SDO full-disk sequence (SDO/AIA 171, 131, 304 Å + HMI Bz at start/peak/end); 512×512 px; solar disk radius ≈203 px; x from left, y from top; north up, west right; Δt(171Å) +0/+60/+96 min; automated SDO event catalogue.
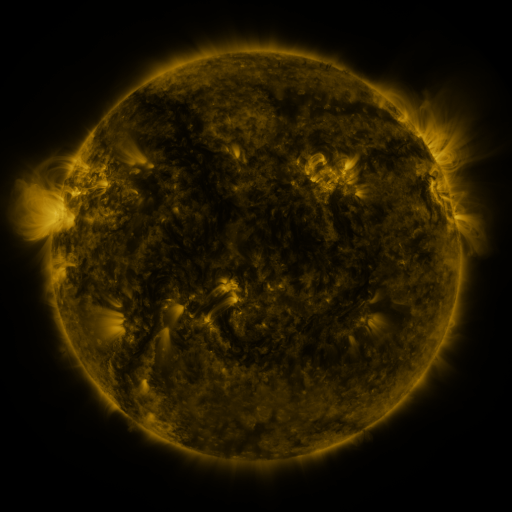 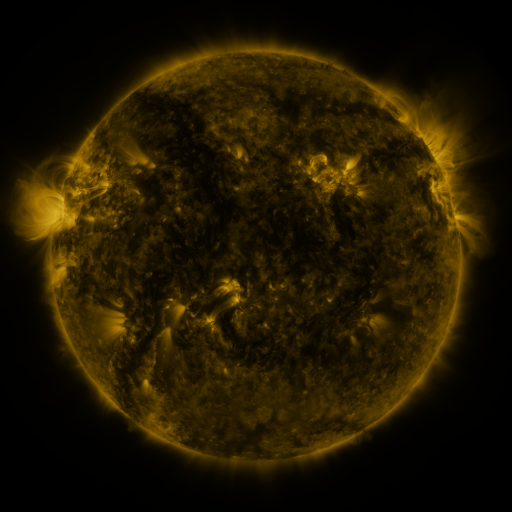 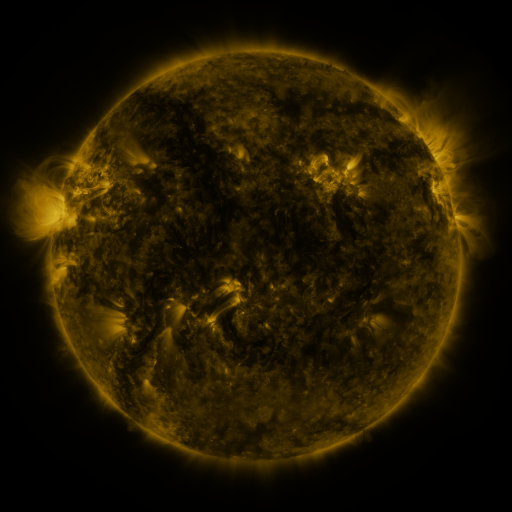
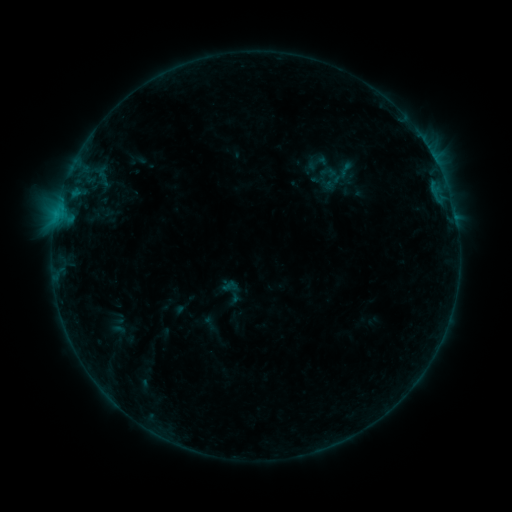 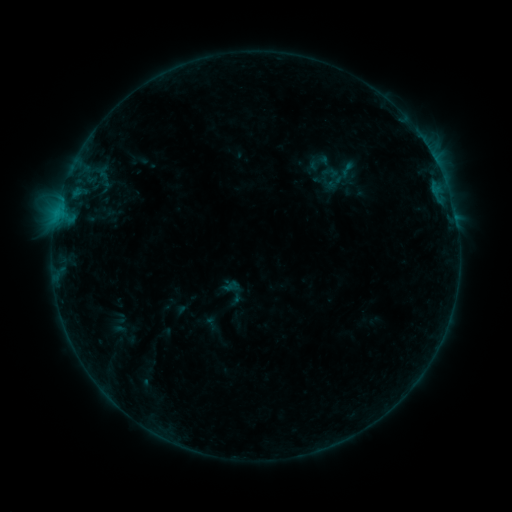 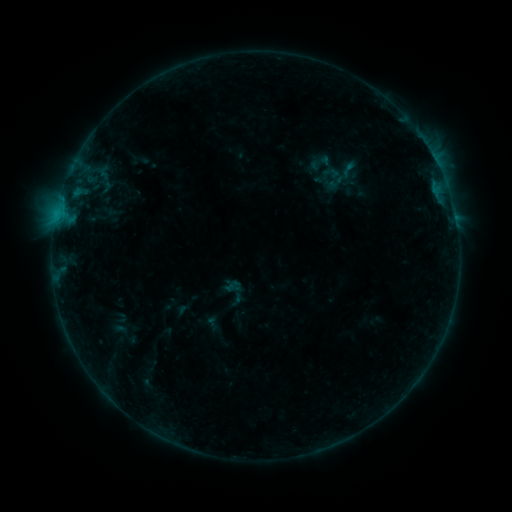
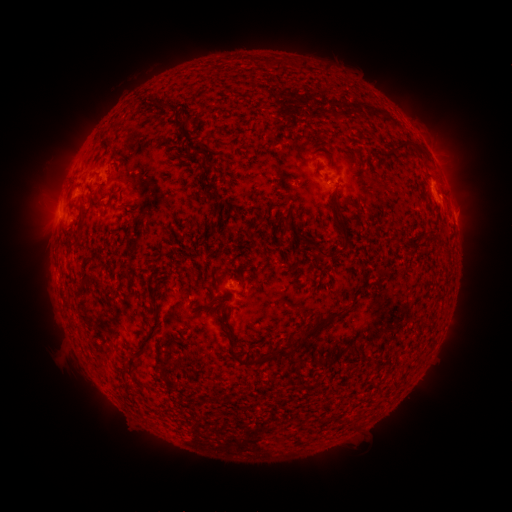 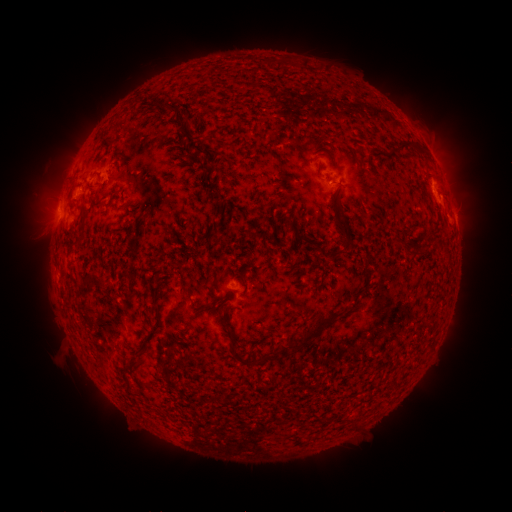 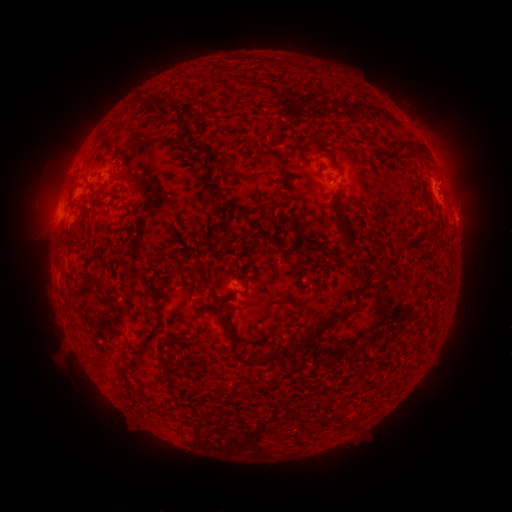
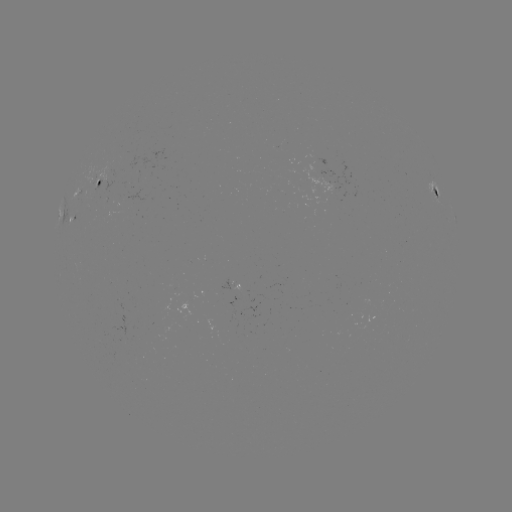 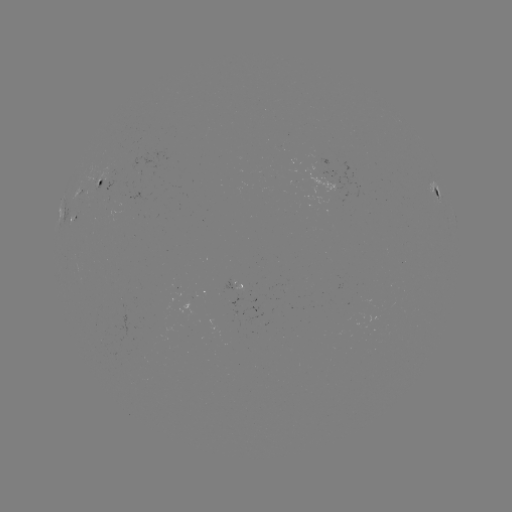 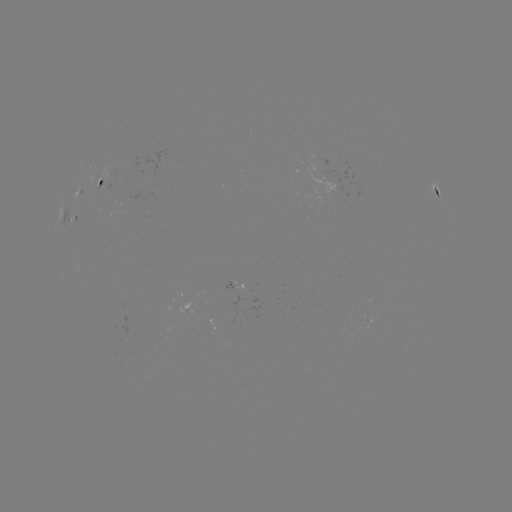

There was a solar emerging-flux region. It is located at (333, 188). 